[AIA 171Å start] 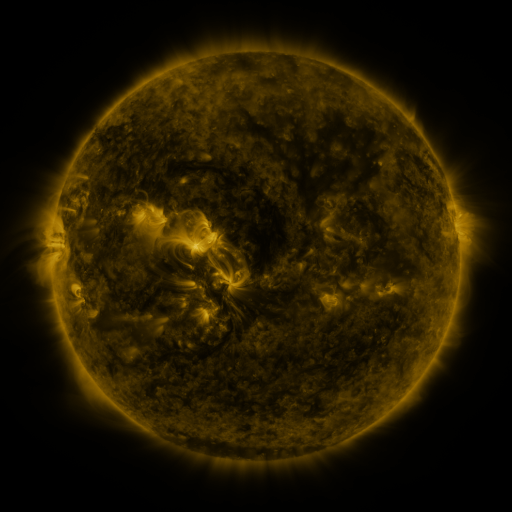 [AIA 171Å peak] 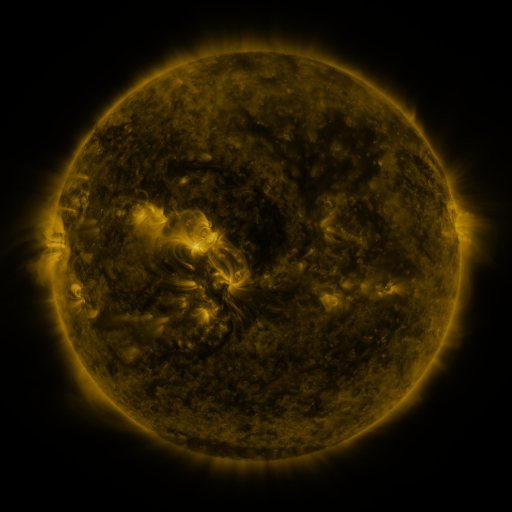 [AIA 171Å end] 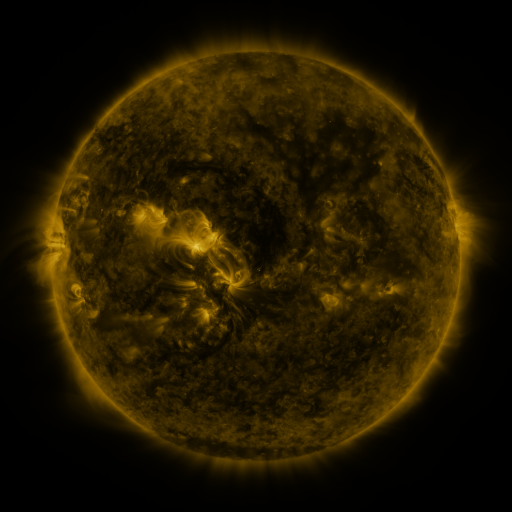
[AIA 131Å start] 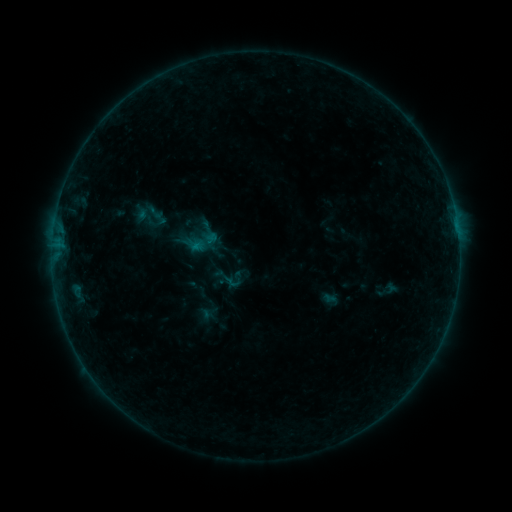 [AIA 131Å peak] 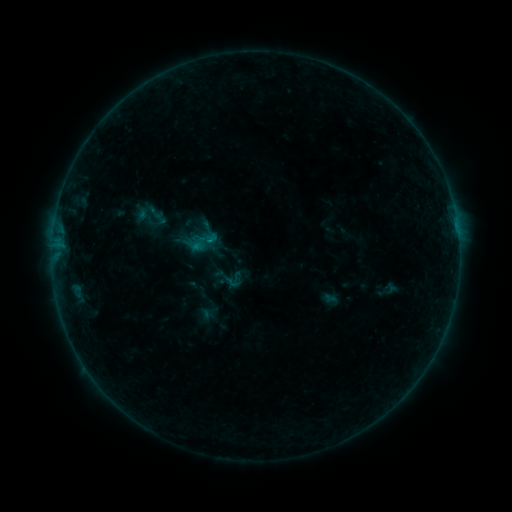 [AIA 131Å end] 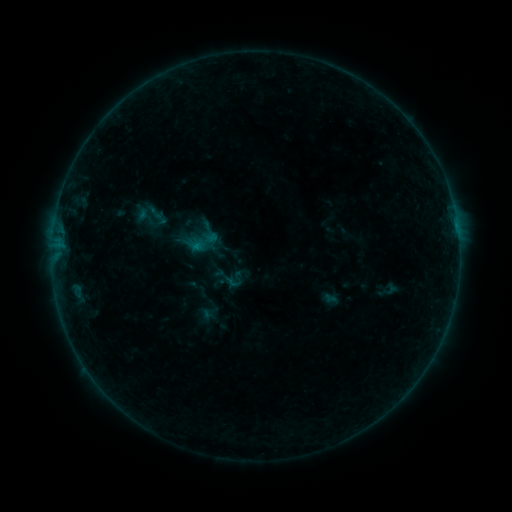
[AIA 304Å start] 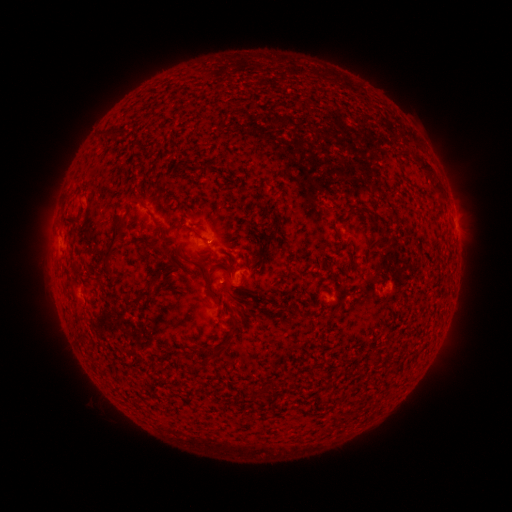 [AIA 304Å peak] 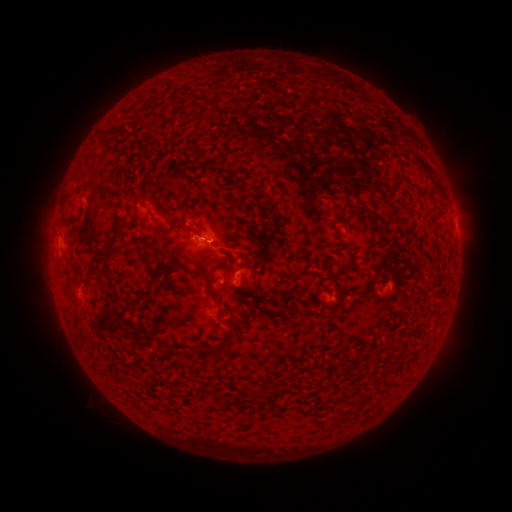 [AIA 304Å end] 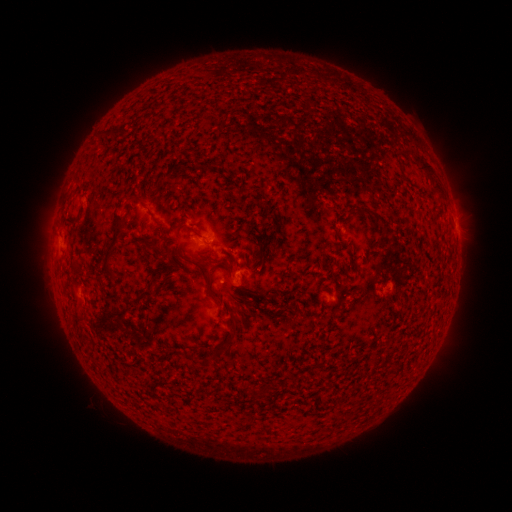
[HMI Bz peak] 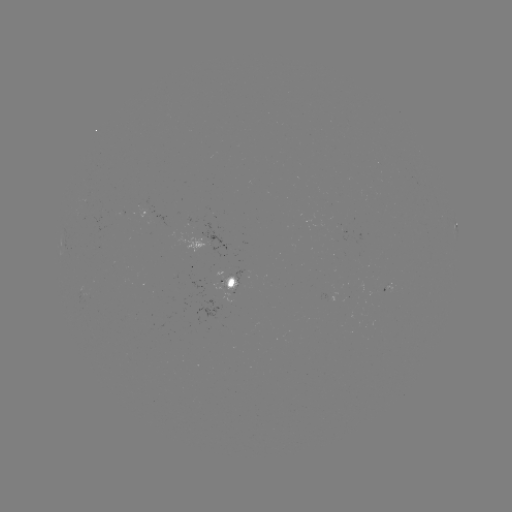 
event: flare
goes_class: B2.2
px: (210, 242)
